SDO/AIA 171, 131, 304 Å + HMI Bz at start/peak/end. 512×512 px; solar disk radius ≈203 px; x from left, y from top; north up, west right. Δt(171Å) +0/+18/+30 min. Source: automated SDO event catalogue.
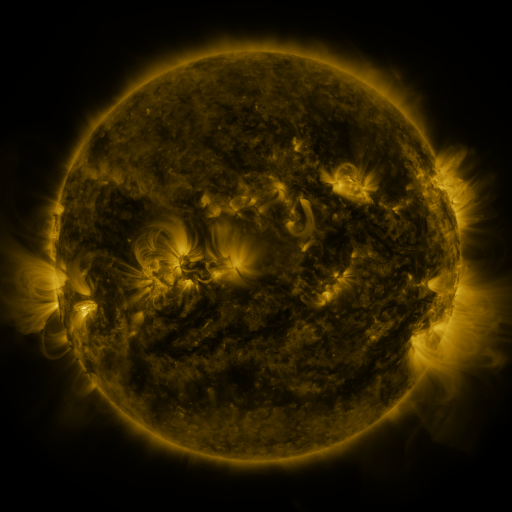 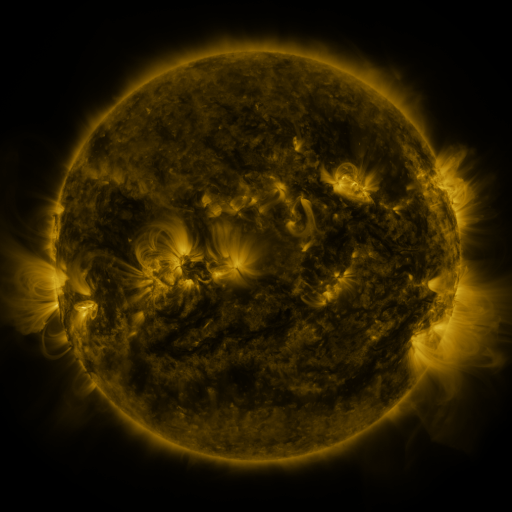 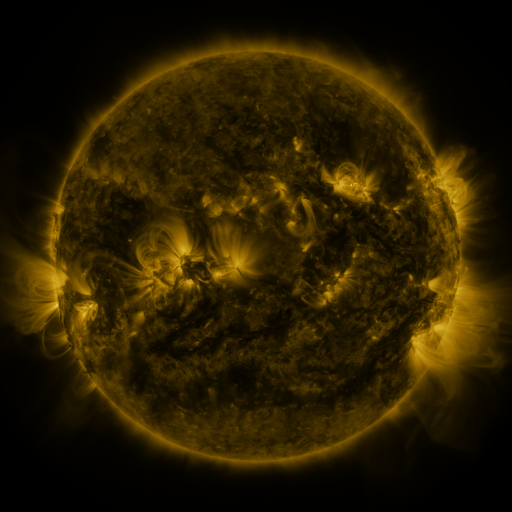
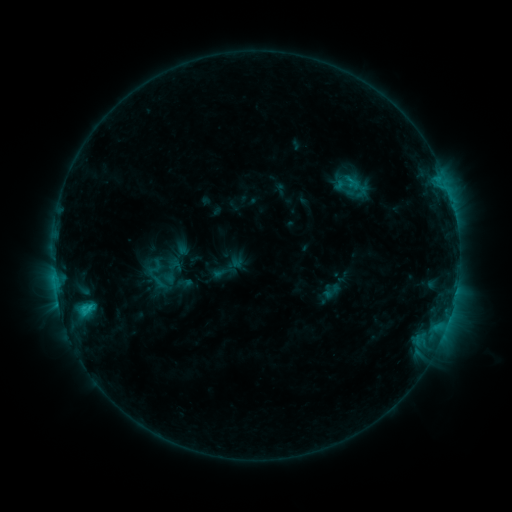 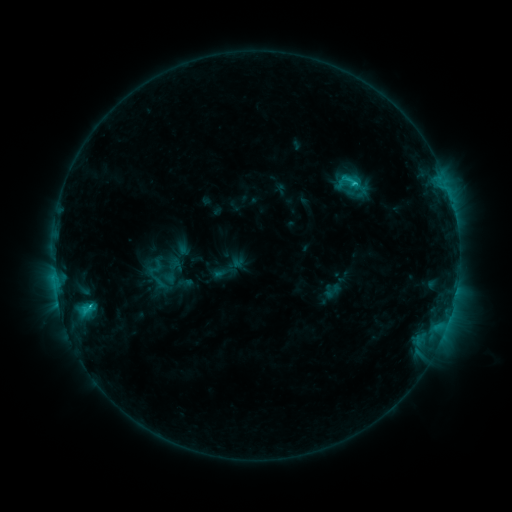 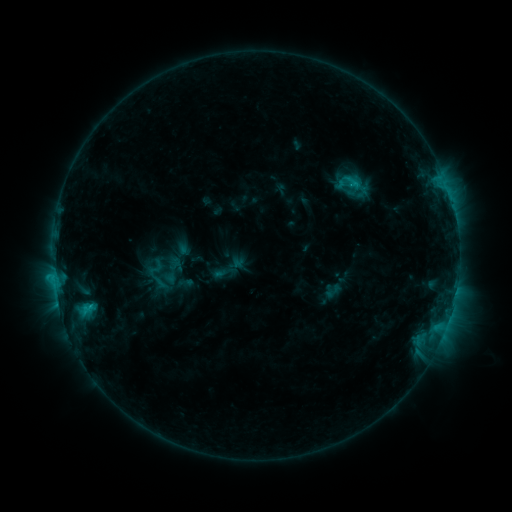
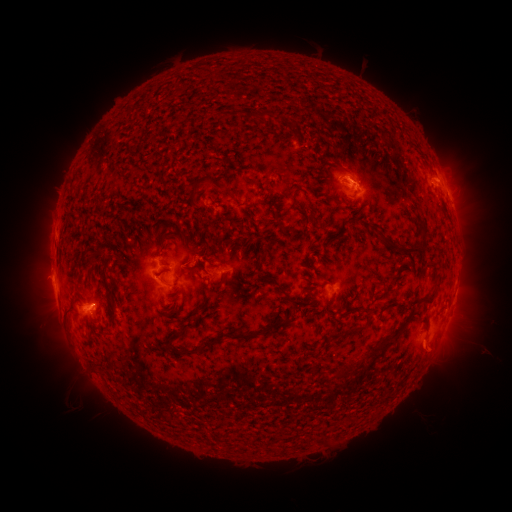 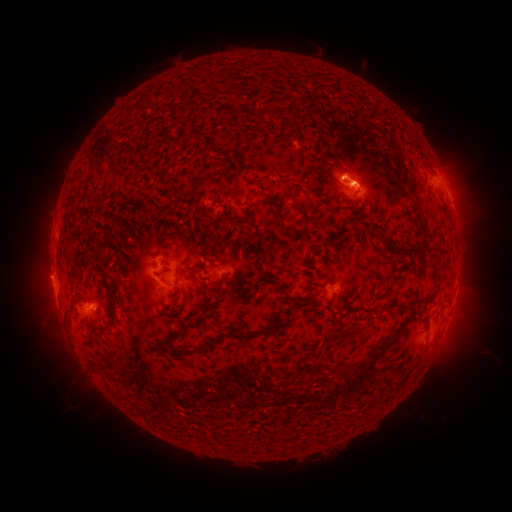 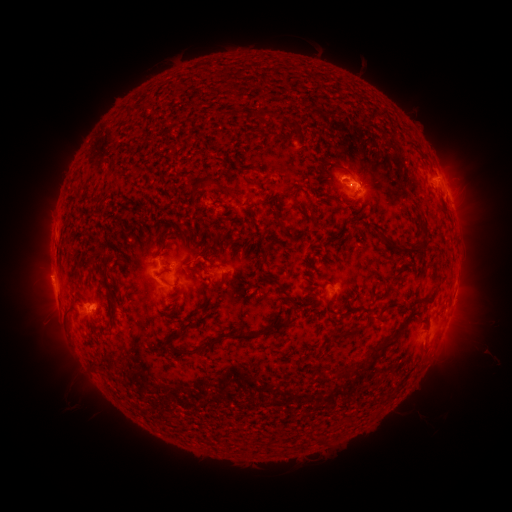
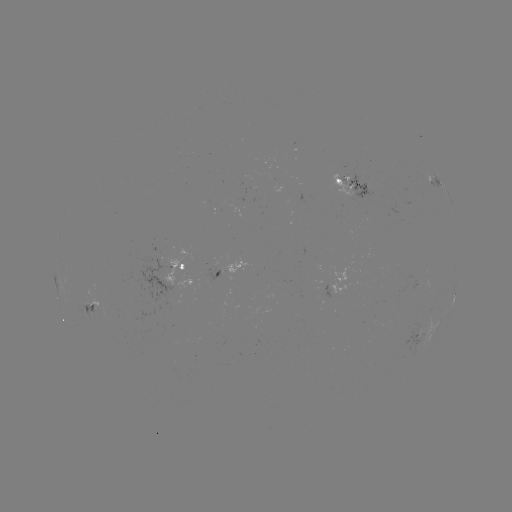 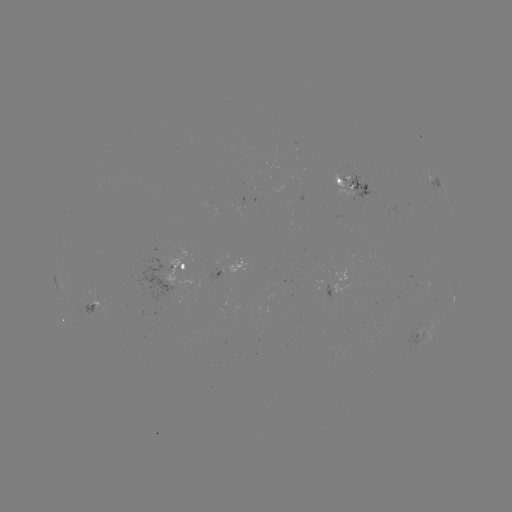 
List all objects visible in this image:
C2.1 flare: (354, 185)
